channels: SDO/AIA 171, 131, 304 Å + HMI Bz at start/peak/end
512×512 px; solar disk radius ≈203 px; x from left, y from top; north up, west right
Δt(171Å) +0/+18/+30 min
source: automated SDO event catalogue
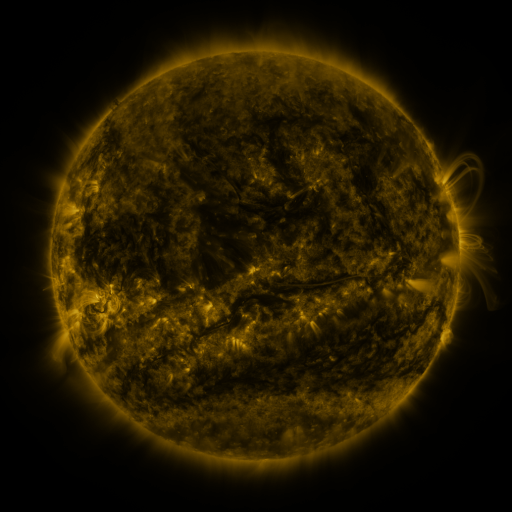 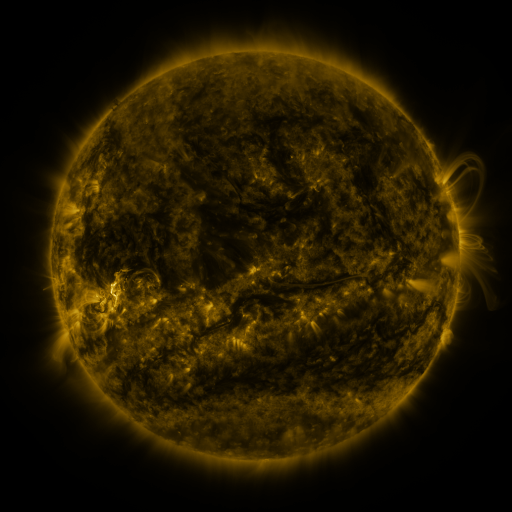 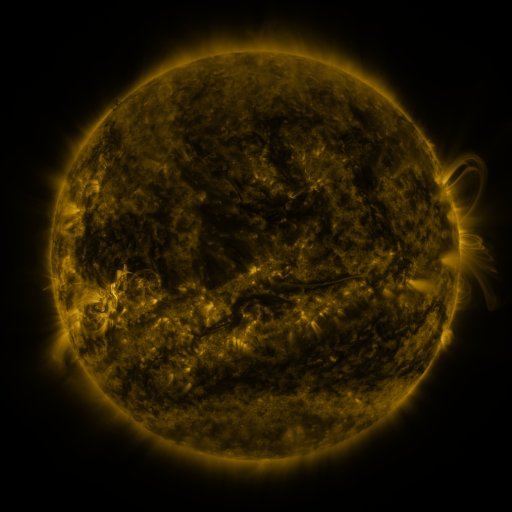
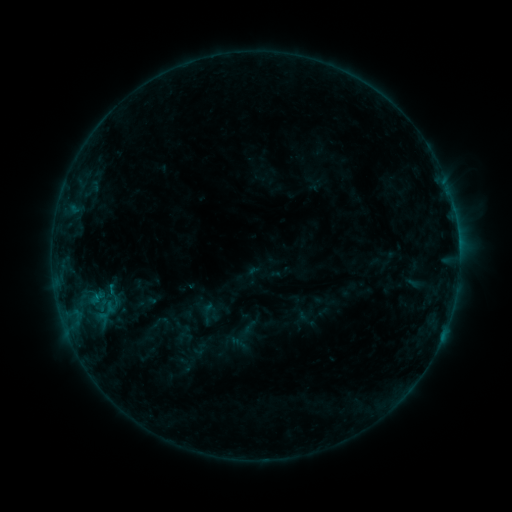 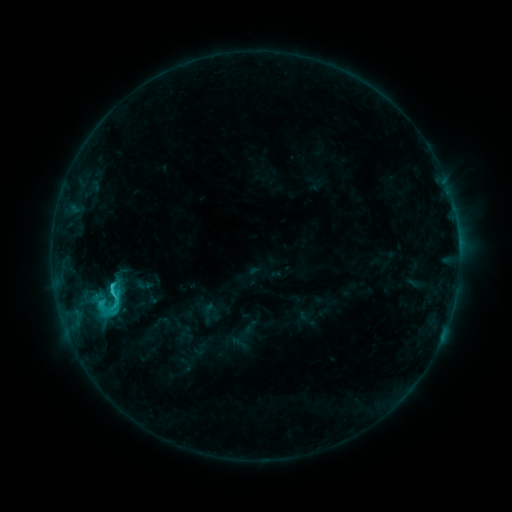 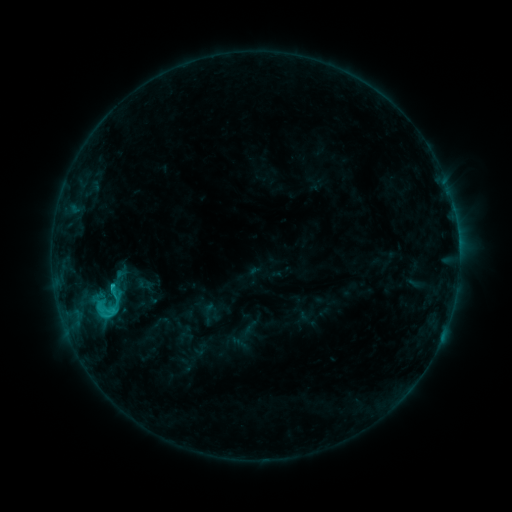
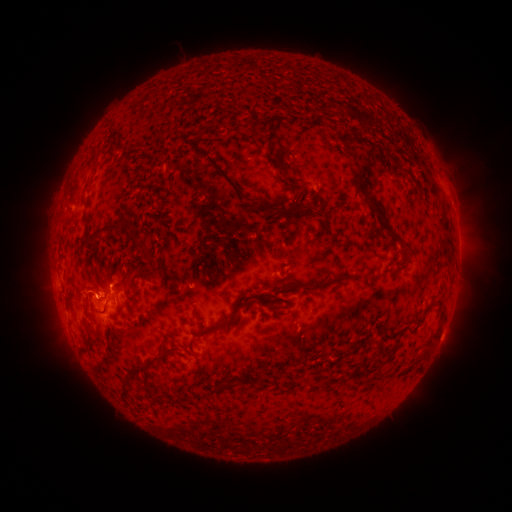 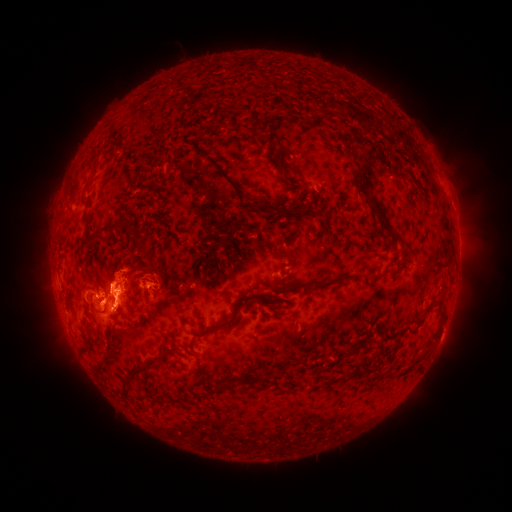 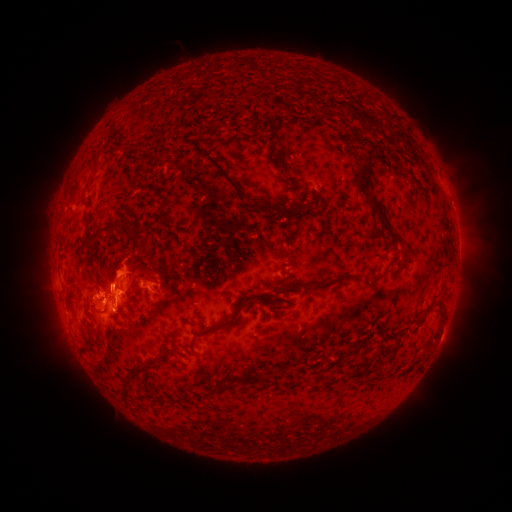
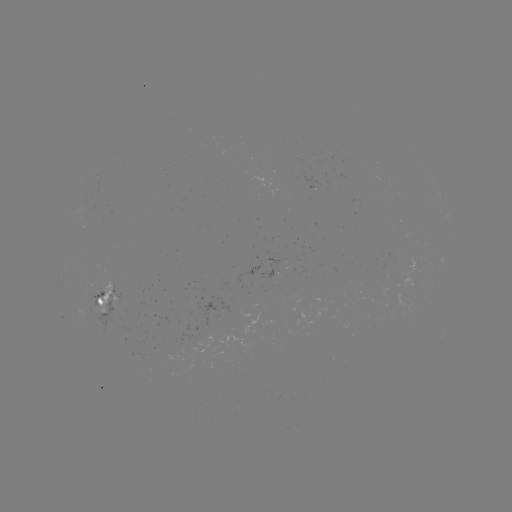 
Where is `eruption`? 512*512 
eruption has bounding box [65, 210, 155, 403].